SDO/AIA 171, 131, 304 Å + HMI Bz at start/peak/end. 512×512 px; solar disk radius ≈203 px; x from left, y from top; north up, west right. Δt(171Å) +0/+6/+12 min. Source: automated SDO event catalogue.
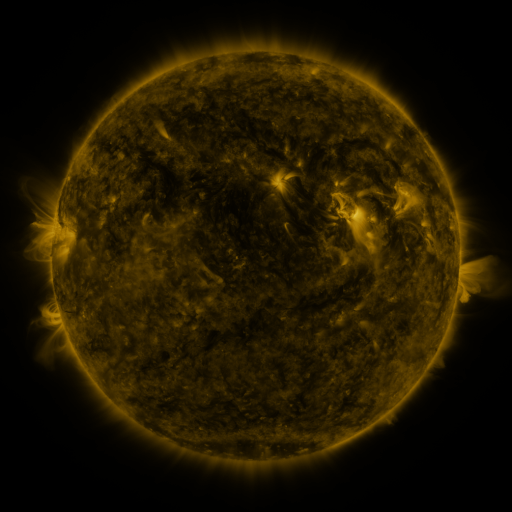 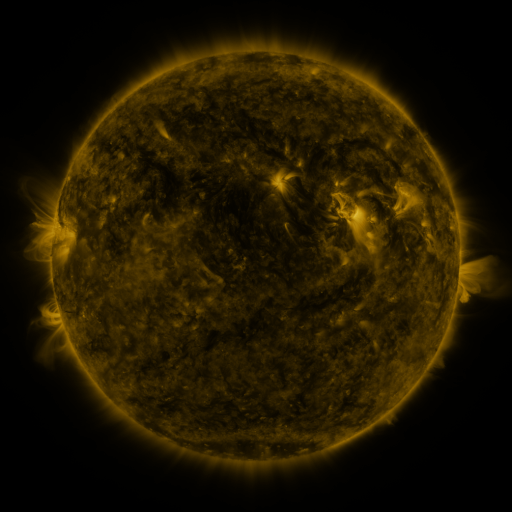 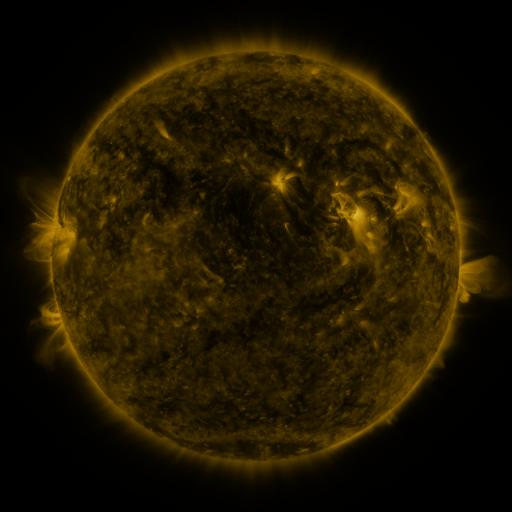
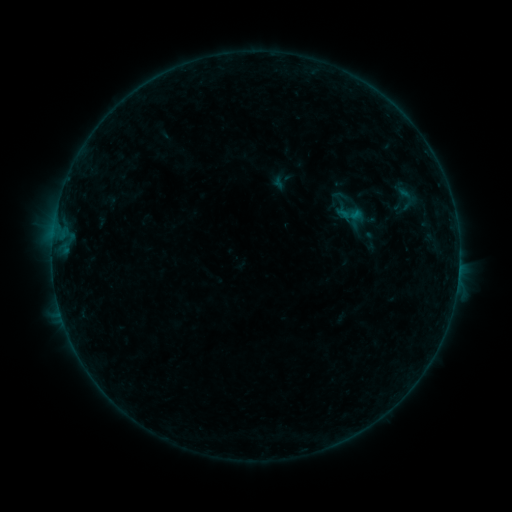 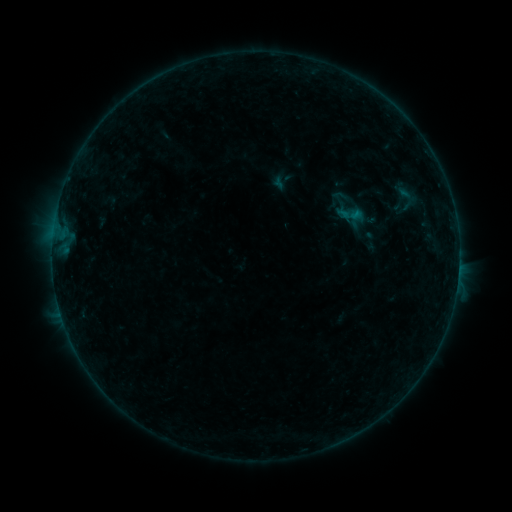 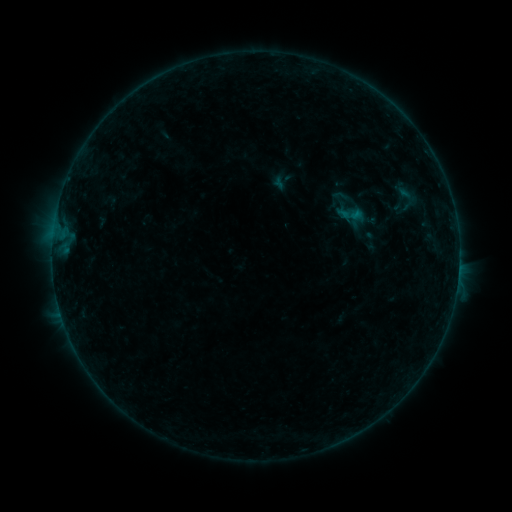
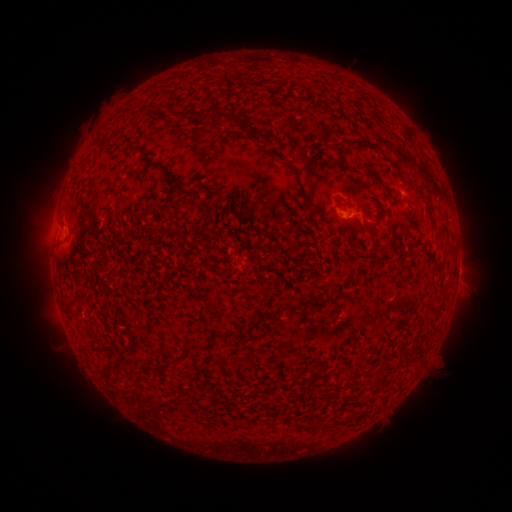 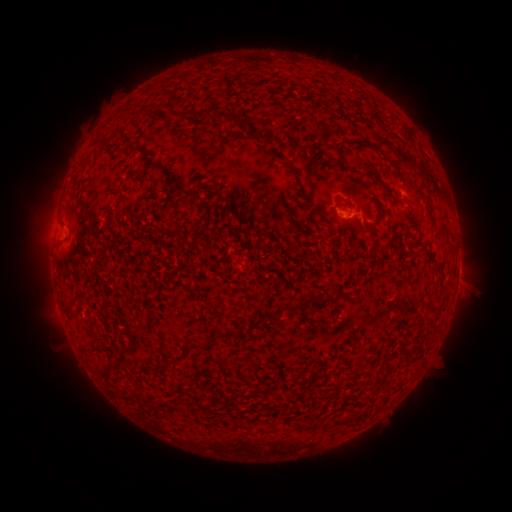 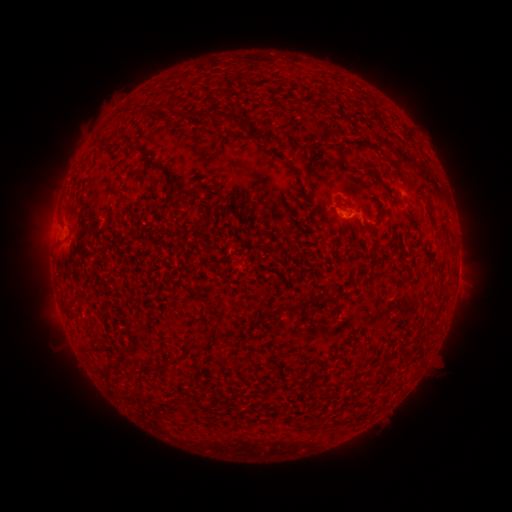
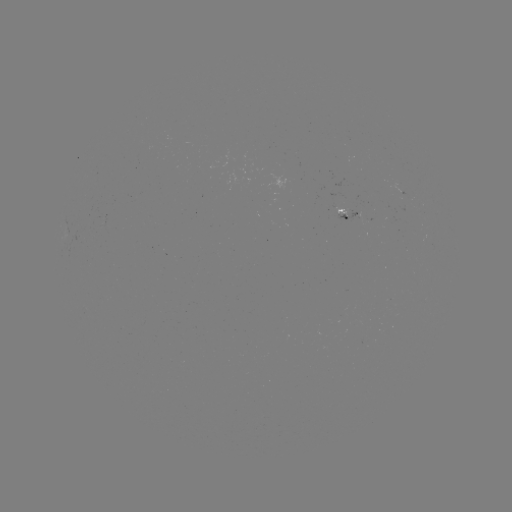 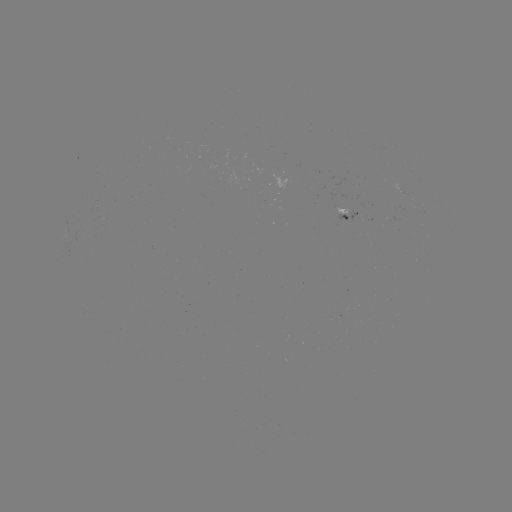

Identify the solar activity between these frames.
no flare in any classed list; no EUV-trigger detection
